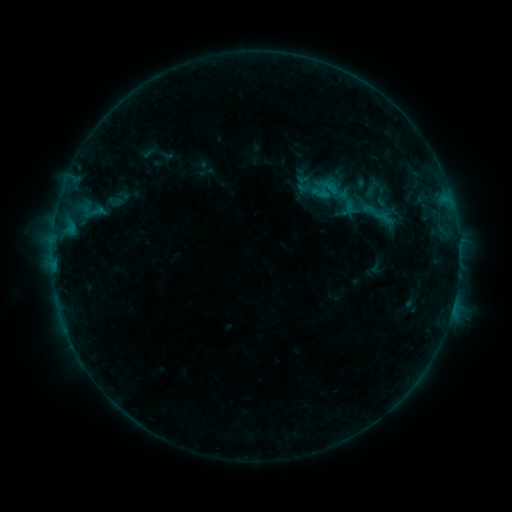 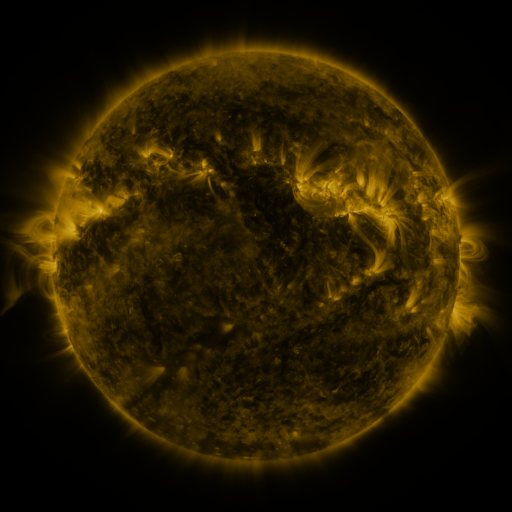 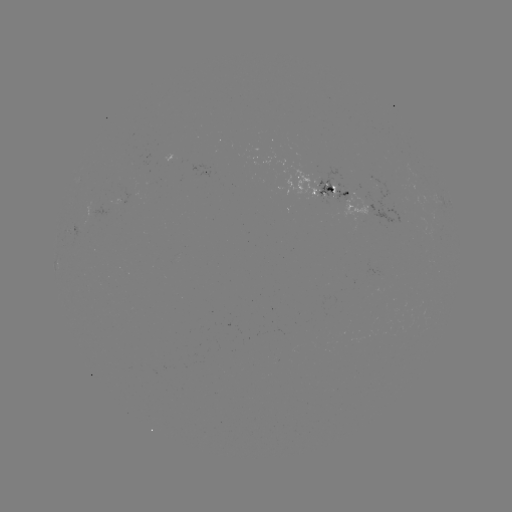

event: sigmoid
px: (374, 212)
